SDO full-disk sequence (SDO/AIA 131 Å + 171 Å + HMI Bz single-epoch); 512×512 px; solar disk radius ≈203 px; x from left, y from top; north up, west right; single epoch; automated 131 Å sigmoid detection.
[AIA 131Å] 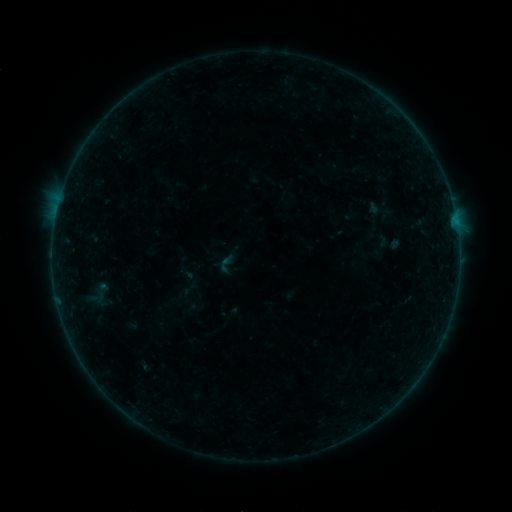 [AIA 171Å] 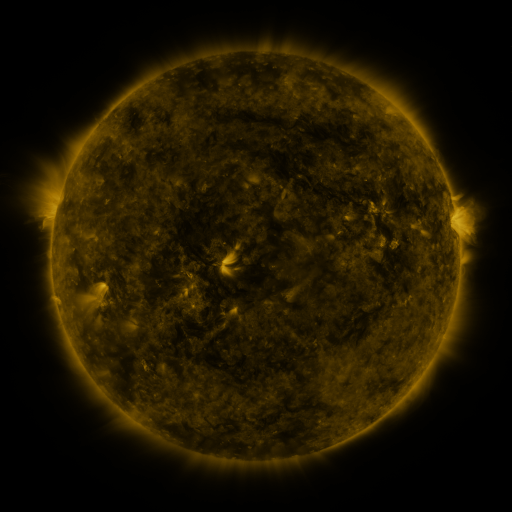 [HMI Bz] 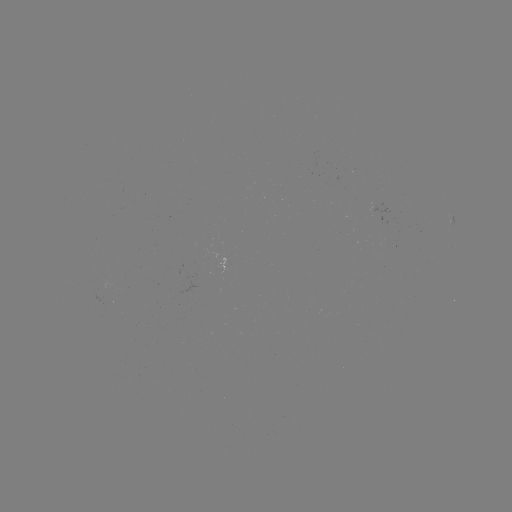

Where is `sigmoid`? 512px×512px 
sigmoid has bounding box [215, 252, 238, 275].